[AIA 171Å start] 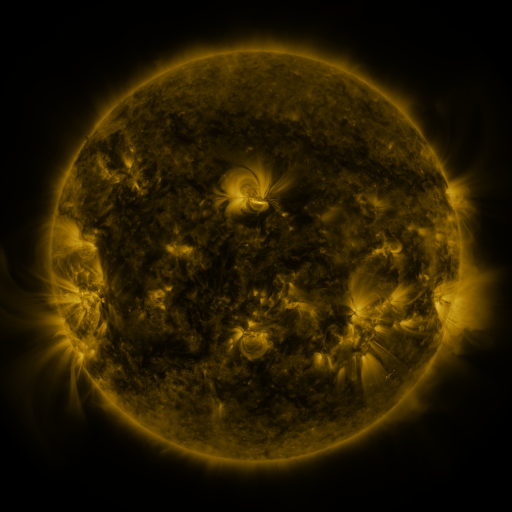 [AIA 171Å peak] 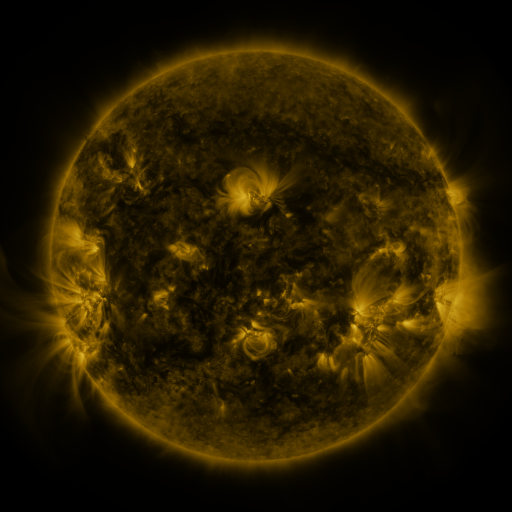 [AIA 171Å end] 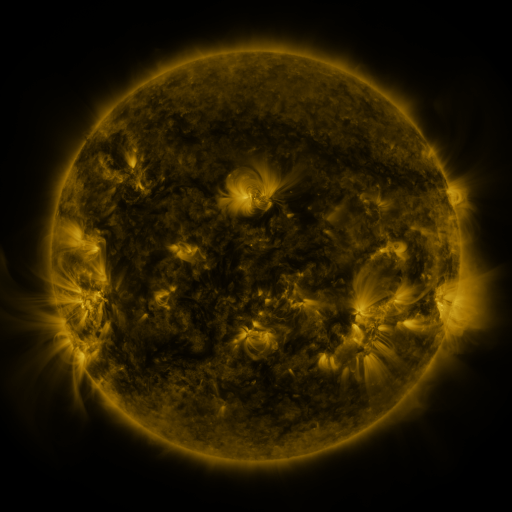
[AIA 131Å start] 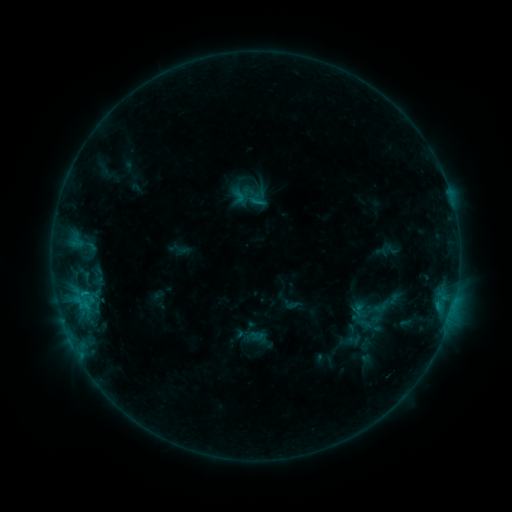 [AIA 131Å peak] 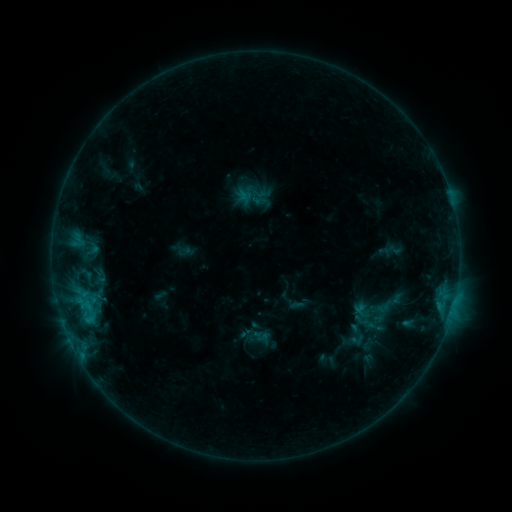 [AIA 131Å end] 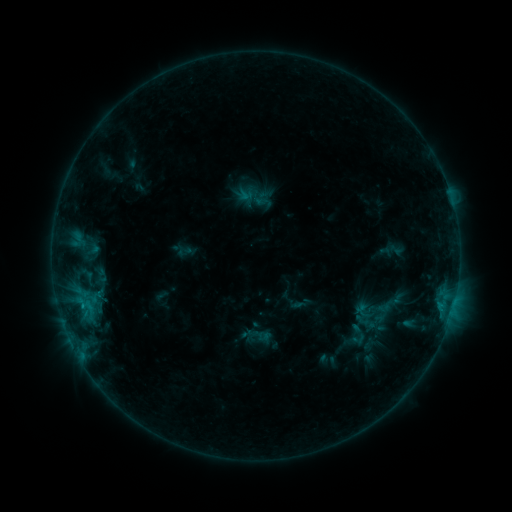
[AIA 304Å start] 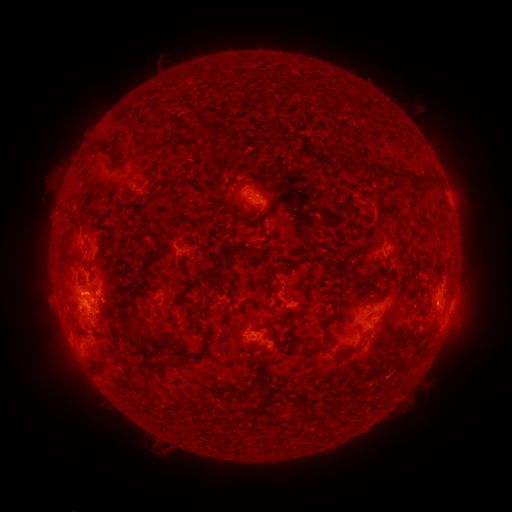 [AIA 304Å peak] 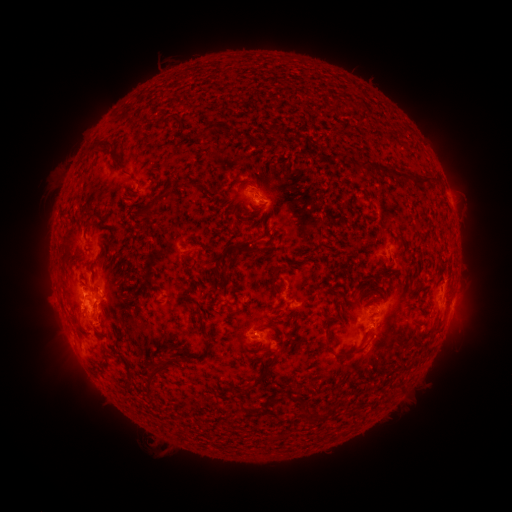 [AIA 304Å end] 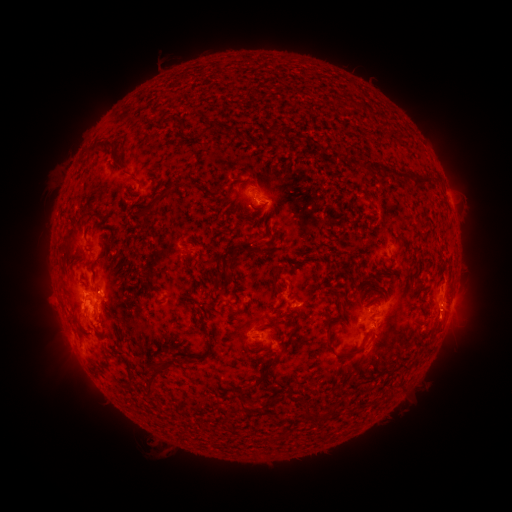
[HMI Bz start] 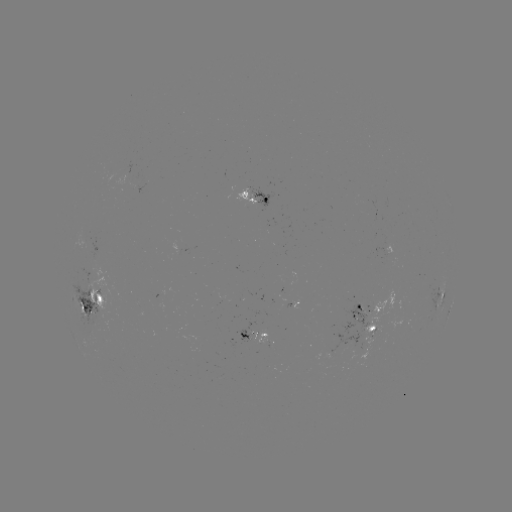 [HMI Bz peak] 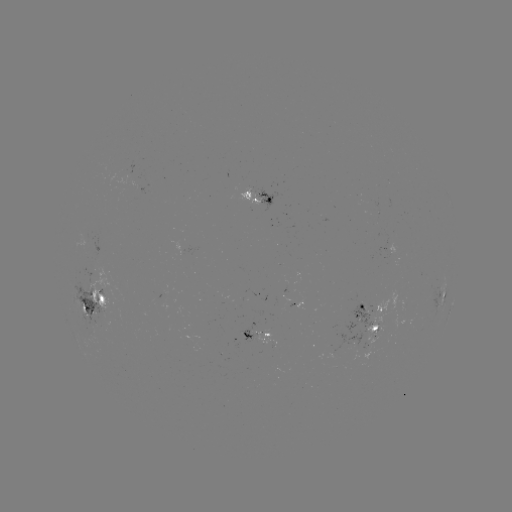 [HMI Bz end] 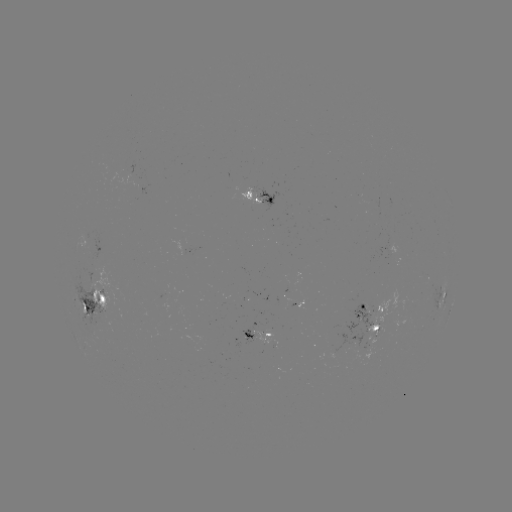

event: emerging-flux region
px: (85, 238)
